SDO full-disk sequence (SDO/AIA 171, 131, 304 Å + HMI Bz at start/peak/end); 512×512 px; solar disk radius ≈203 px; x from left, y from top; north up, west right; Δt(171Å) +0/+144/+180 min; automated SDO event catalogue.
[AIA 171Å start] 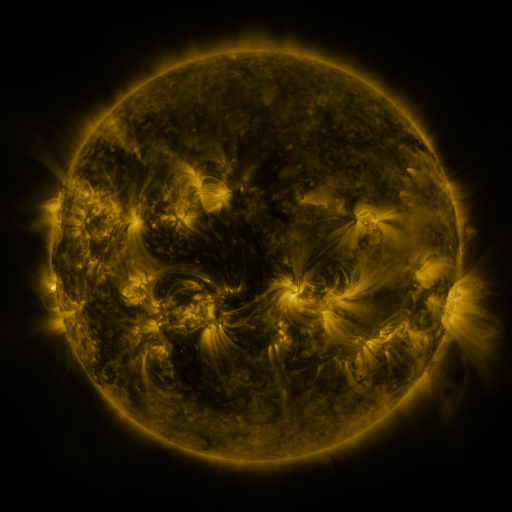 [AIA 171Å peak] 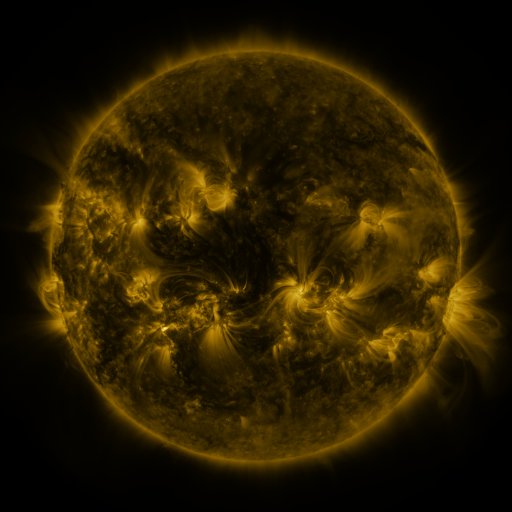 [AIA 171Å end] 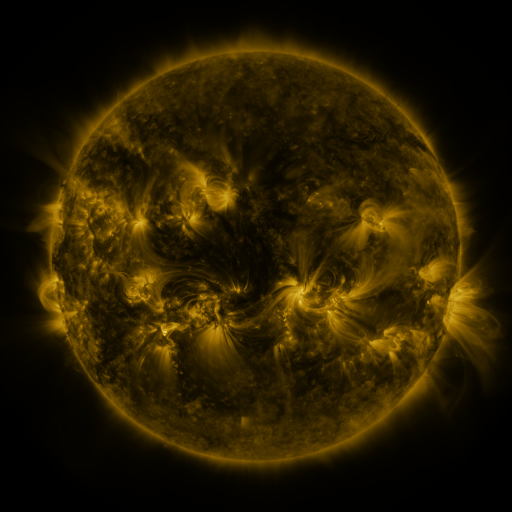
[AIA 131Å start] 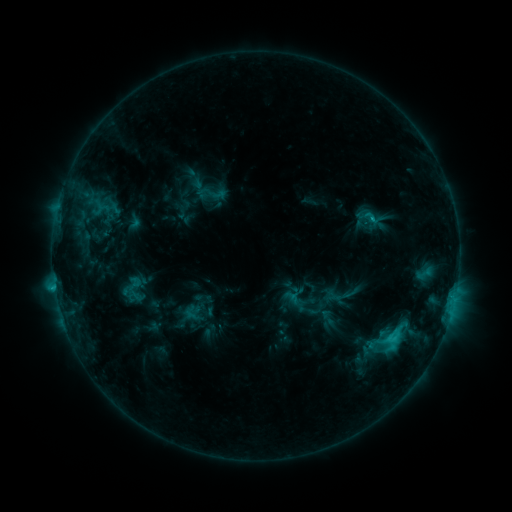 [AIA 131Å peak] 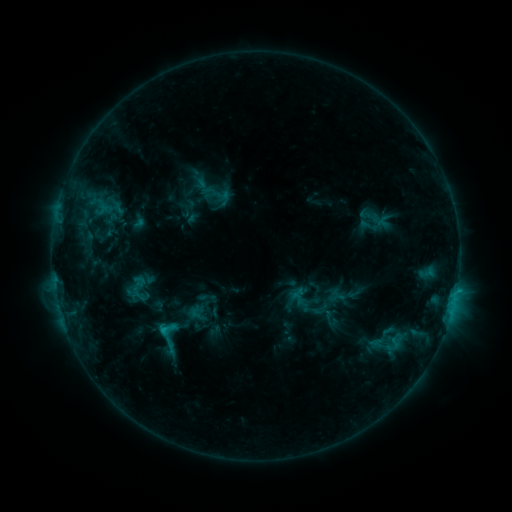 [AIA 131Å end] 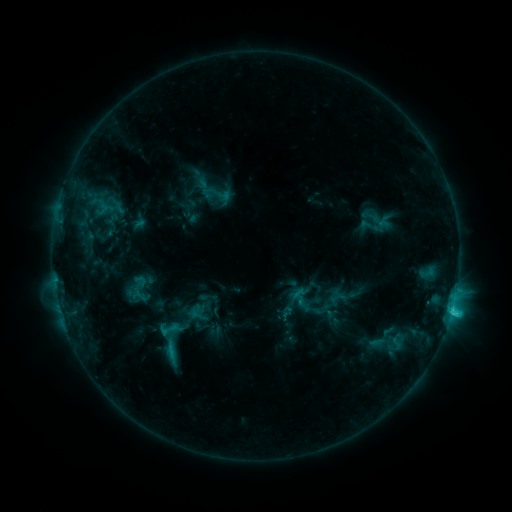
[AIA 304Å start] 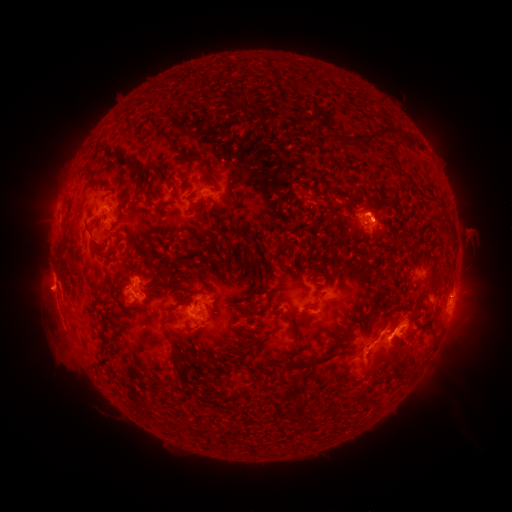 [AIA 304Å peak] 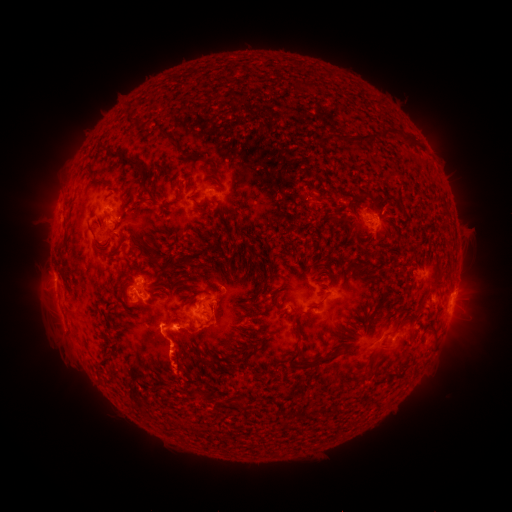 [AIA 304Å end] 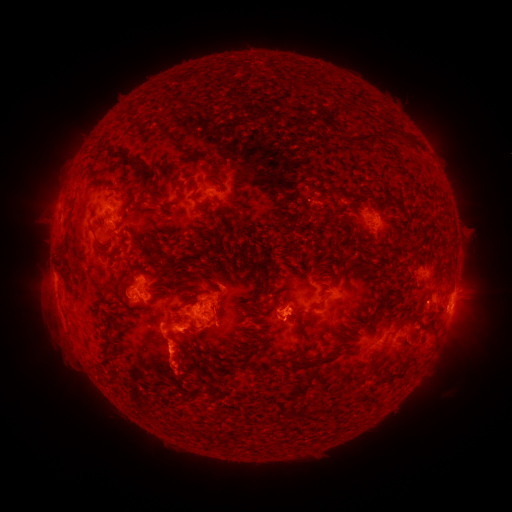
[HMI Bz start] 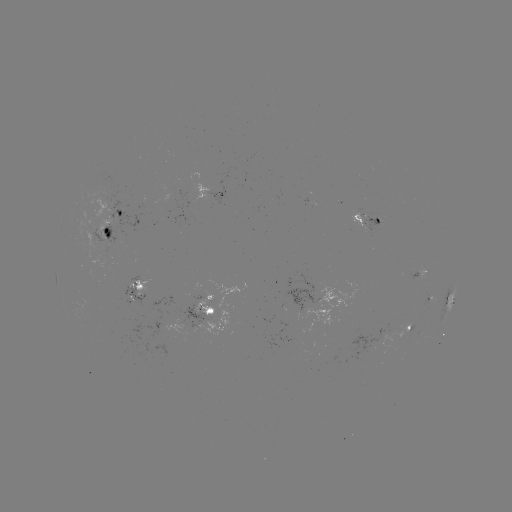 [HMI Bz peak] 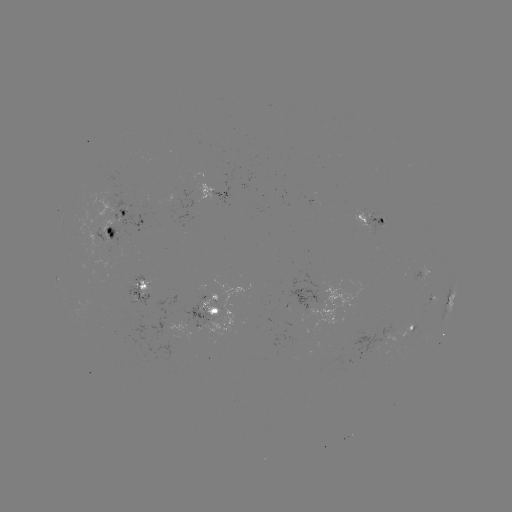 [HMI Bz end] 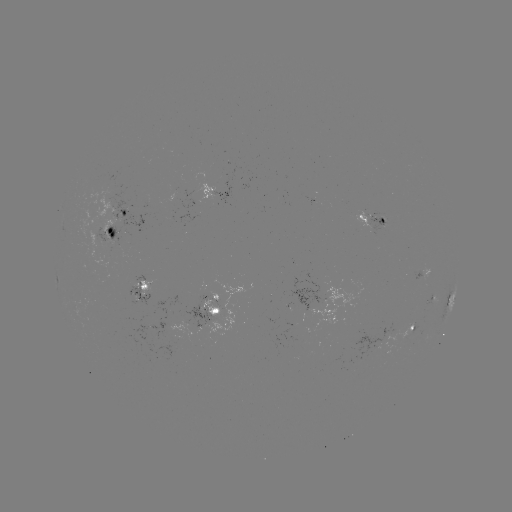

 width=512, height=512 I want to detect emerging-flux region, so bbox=[365, 216, 386, 237].